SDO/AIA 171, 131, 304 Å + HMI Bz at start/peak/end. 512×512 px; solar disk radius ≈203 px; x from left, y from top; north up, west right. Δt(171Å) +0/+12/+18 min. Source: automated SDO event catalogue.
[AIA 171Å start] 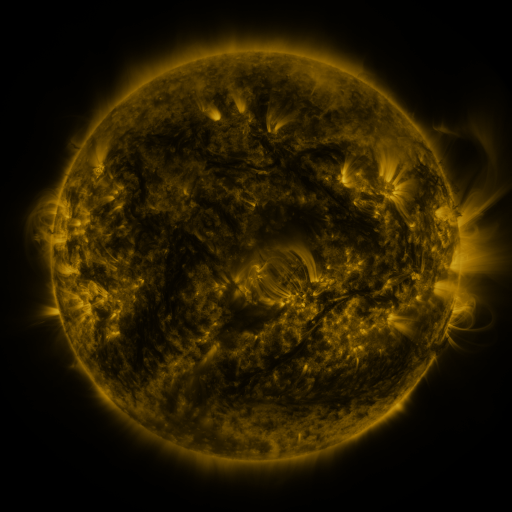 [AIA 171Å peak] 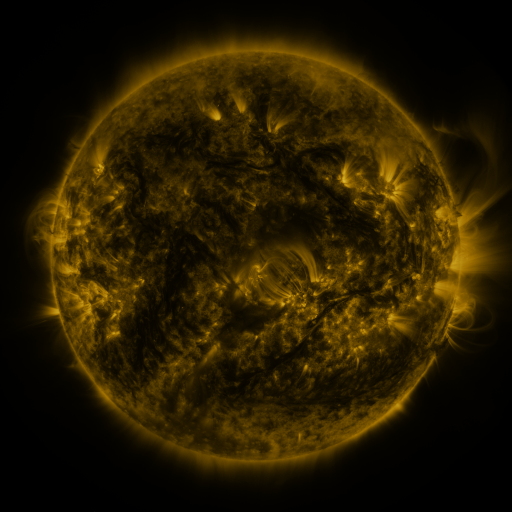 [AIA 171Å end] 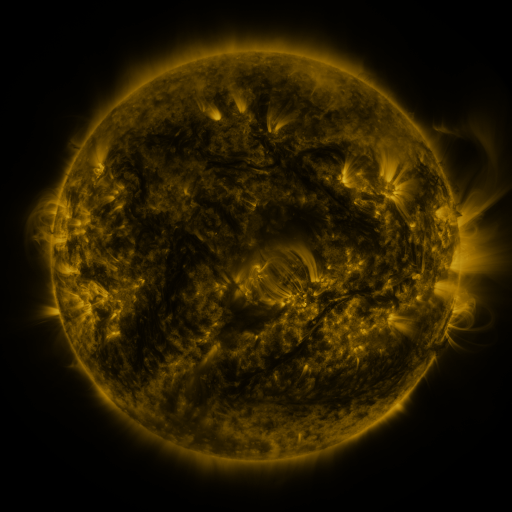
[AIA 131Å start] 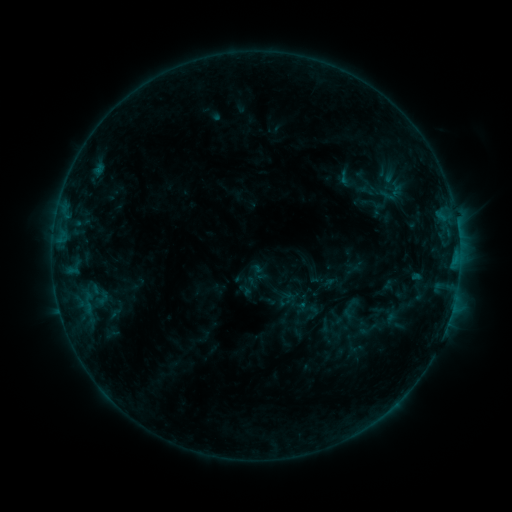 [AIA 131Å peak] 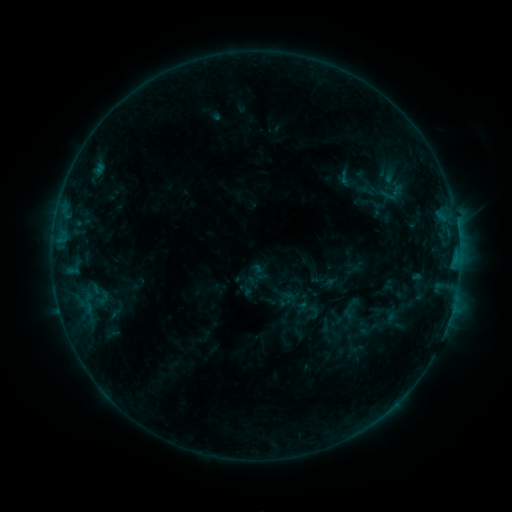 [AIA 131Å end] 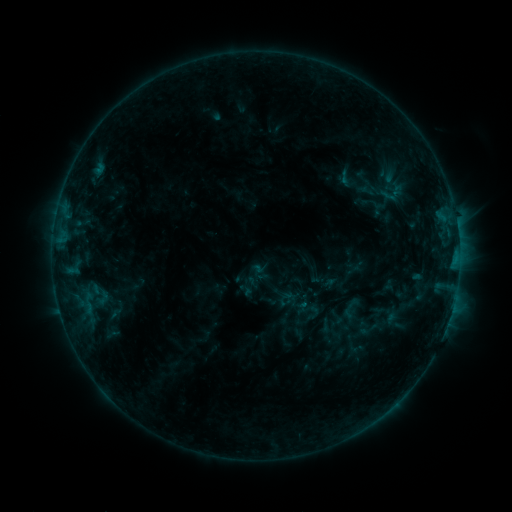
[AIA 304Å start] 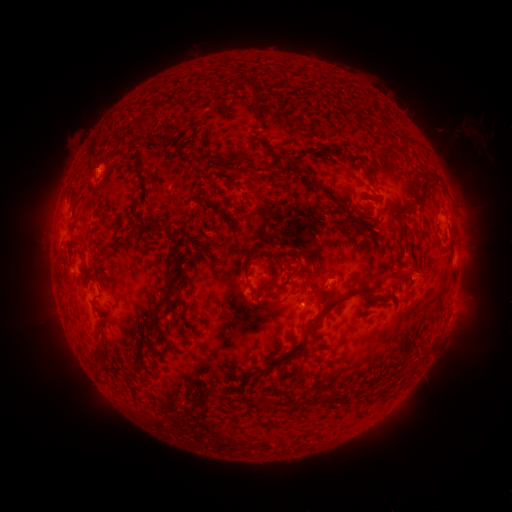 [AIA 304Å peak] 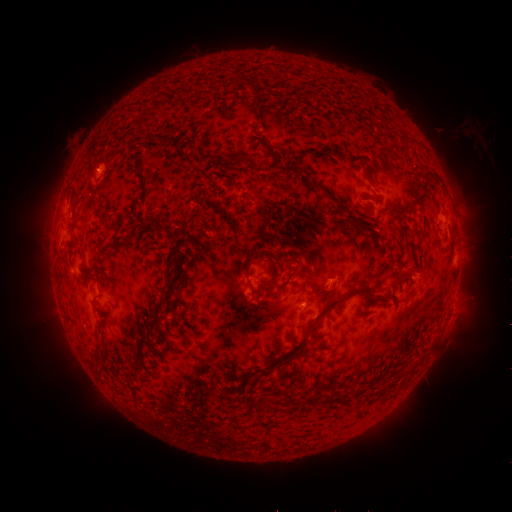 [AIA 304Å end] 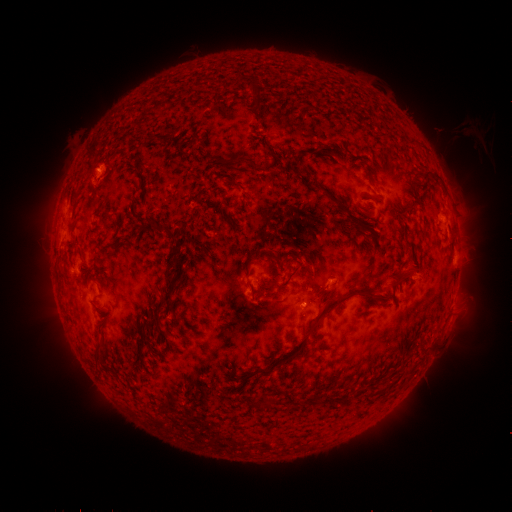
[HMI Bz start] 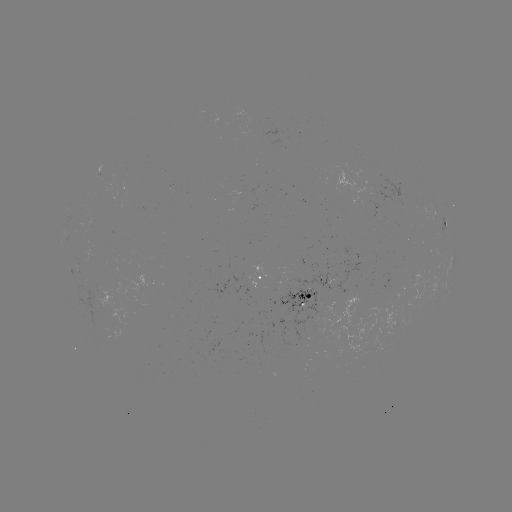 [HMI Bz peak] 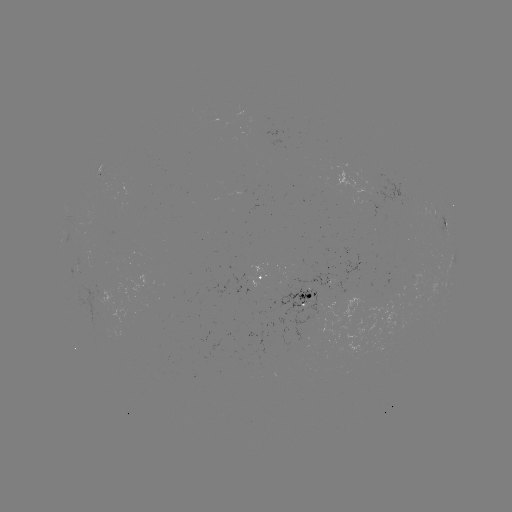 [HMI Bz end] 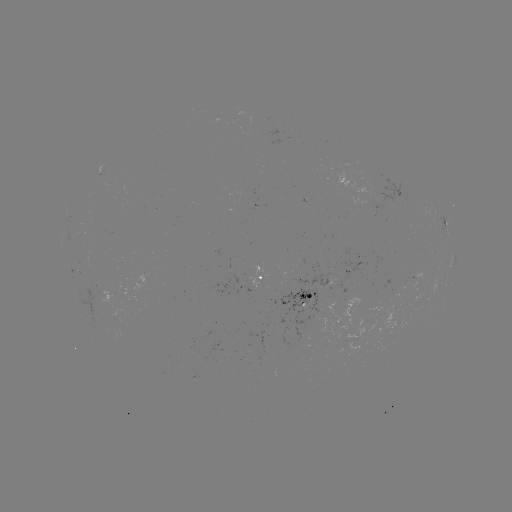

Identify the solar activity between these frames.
no catalogued flare and no flagged EUV brightening in this window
